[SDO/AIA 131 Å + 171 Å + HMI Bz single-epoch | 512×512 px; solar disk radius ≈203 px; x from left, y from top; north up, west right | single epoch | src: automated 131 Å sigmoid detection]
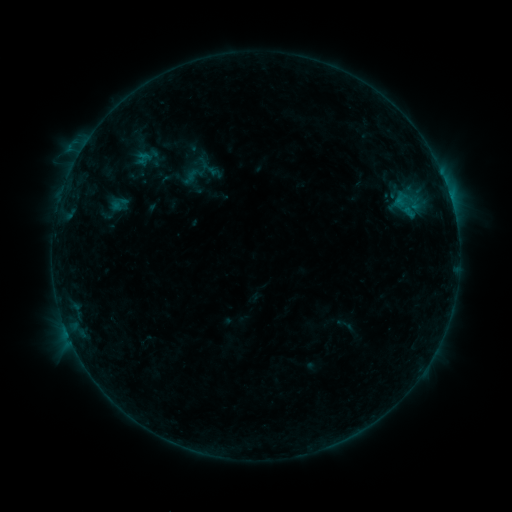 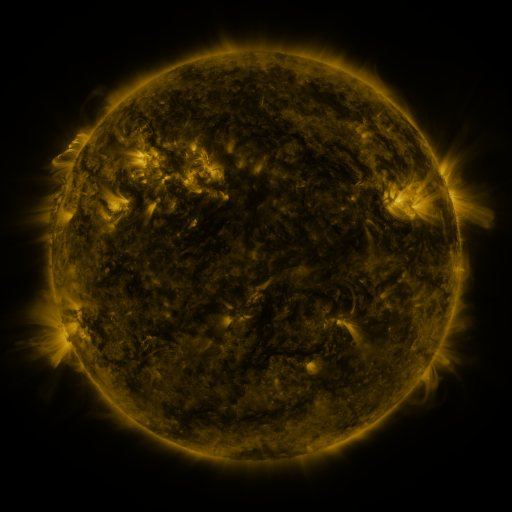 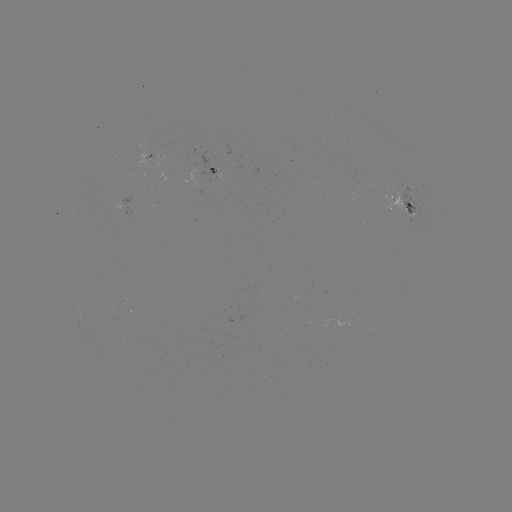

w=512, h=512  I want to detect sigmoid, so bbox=[136, 151, 150, 165].